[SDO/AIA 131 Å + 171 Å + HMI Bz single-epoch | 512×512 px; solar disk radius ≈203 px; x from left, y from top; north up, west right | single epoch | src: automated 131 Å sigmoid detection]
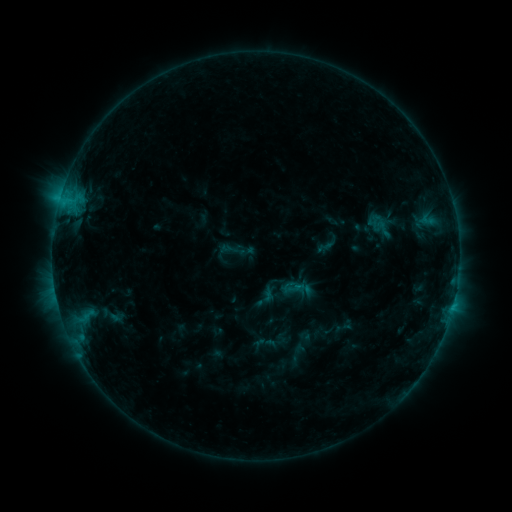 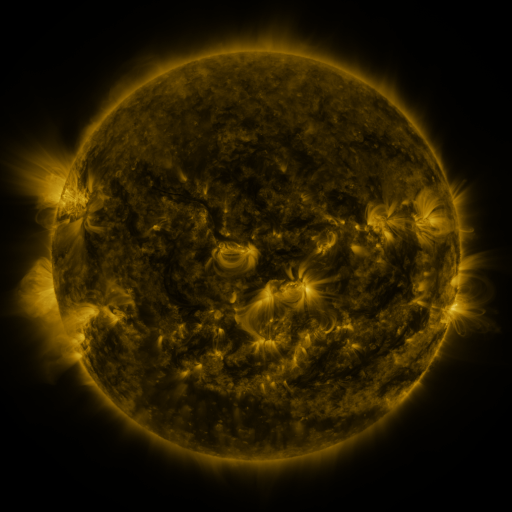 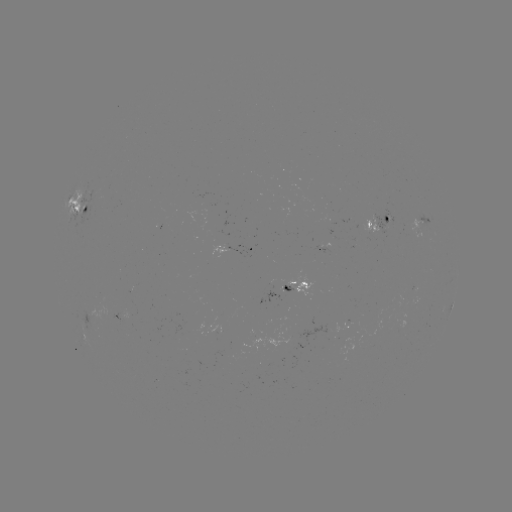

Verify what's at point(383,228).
sigmoid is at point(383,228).